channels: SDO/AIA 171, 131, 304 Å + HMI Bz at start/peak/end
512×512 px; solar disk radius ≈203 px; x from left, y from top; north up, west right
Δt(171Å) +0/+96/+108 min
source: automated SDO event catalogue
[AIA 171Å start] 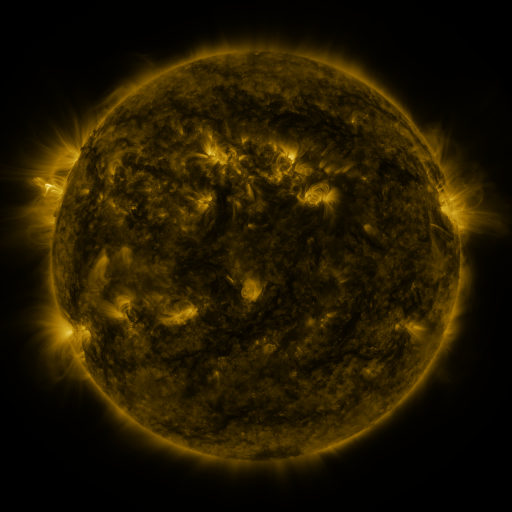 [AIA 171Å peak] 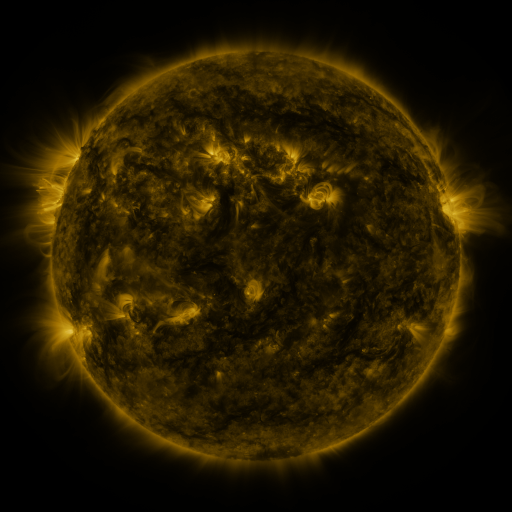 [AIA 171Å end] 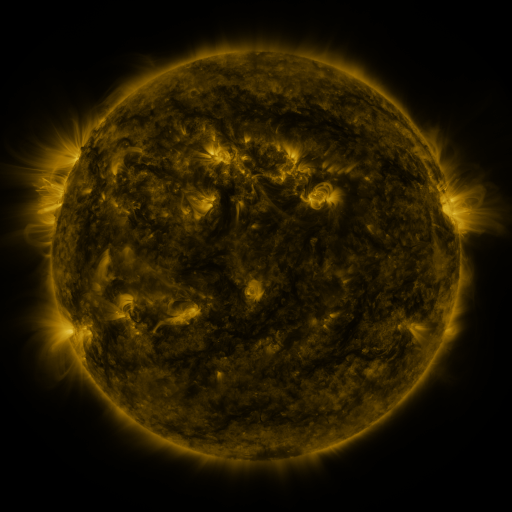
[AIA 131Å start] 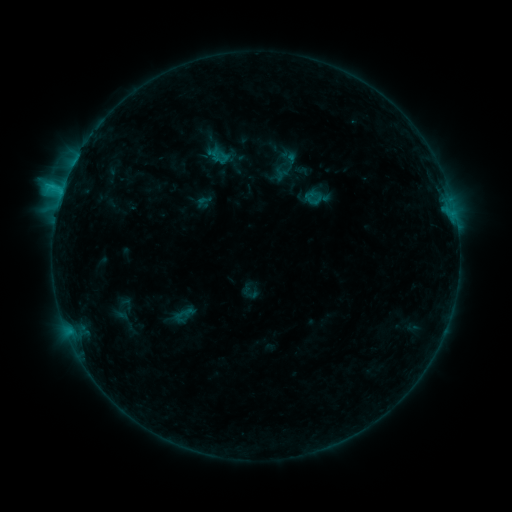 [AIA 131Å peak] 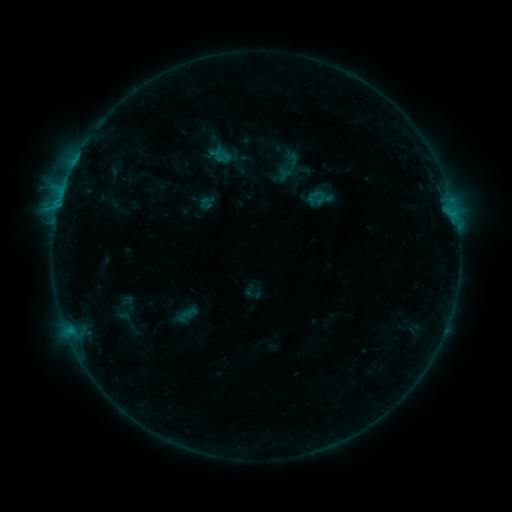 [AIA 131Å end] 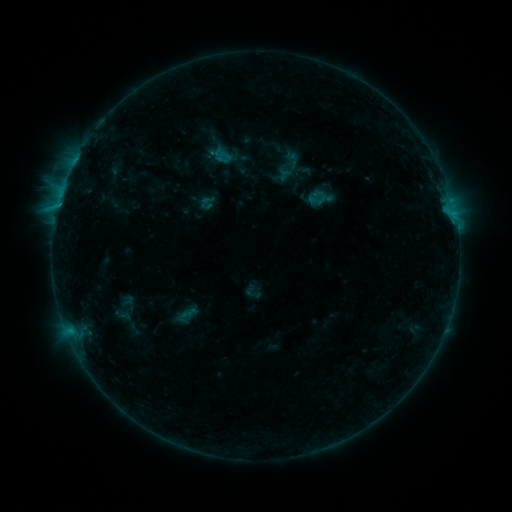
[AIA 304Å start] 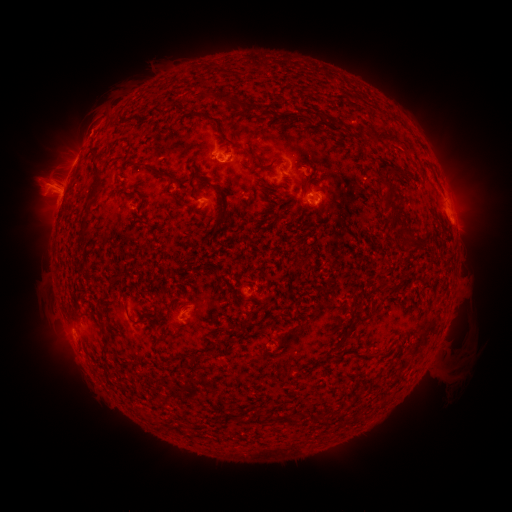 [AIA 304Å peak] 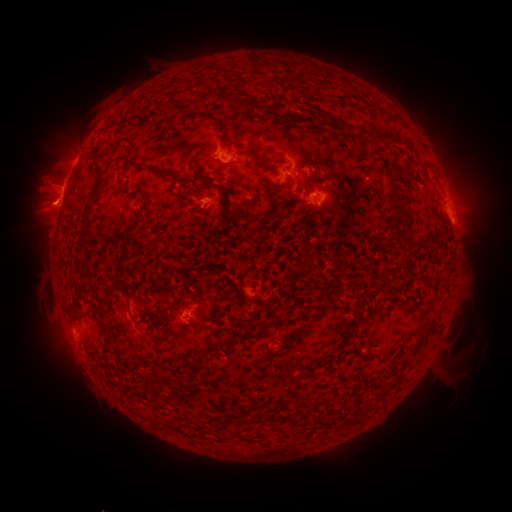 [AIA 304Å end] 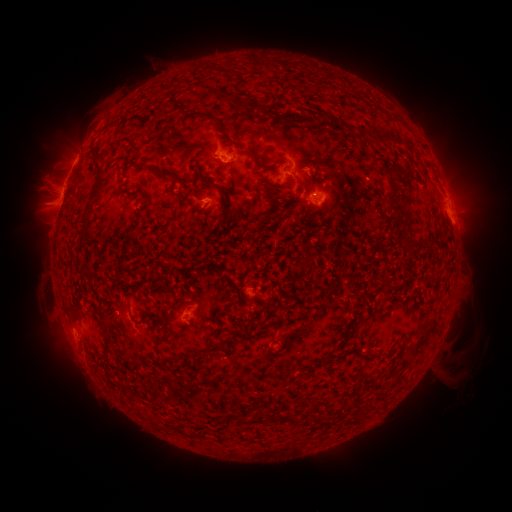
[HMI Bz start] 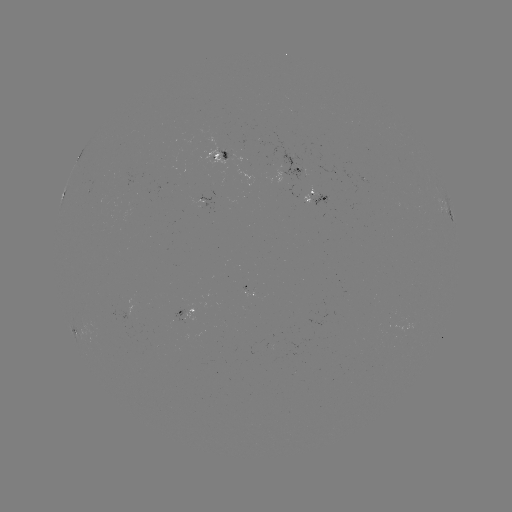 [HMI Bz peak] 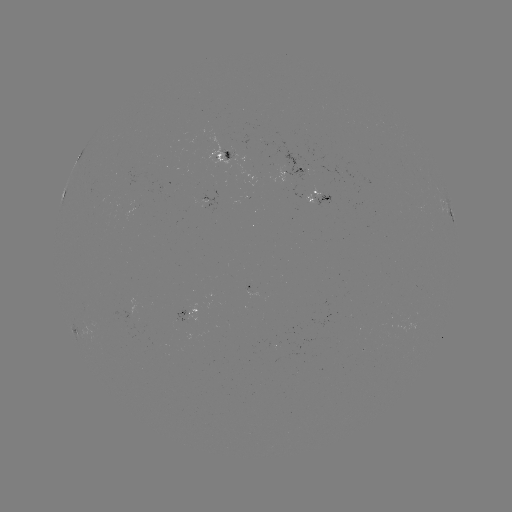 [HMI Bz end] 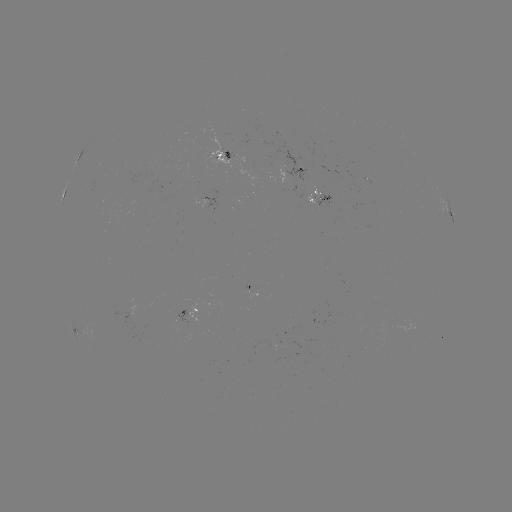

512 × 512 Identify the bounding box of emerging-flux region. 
[245, 292, 258, 300].